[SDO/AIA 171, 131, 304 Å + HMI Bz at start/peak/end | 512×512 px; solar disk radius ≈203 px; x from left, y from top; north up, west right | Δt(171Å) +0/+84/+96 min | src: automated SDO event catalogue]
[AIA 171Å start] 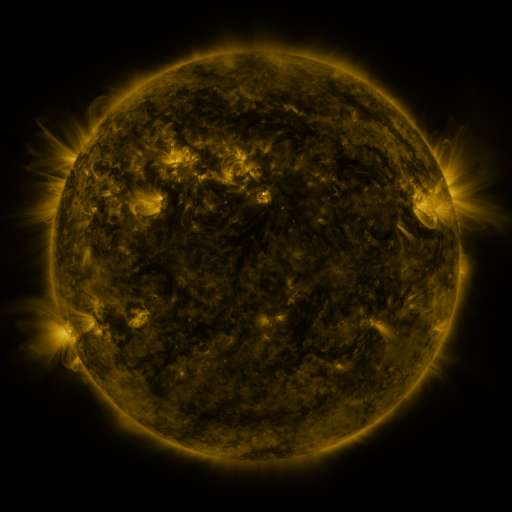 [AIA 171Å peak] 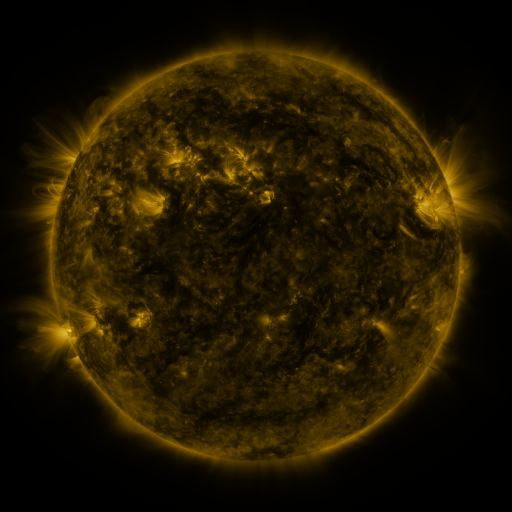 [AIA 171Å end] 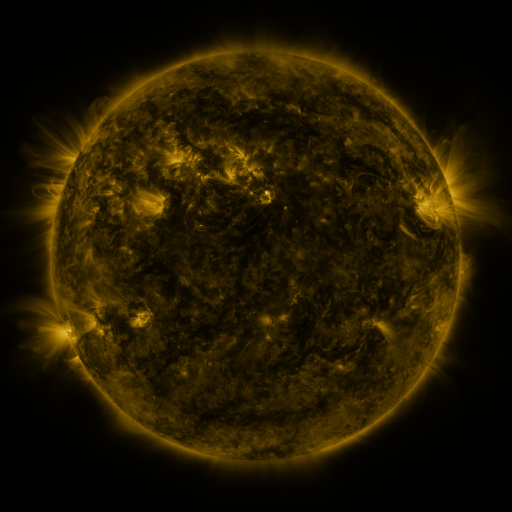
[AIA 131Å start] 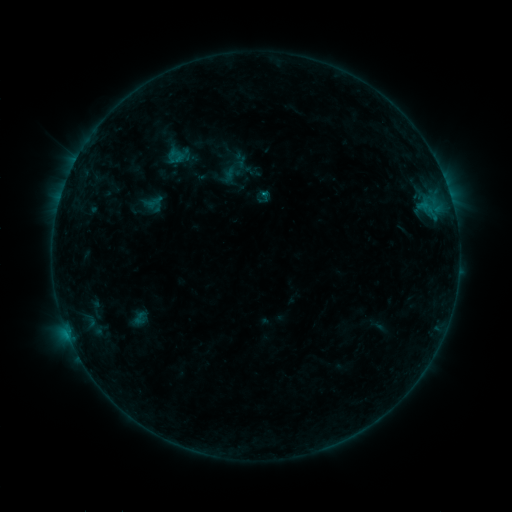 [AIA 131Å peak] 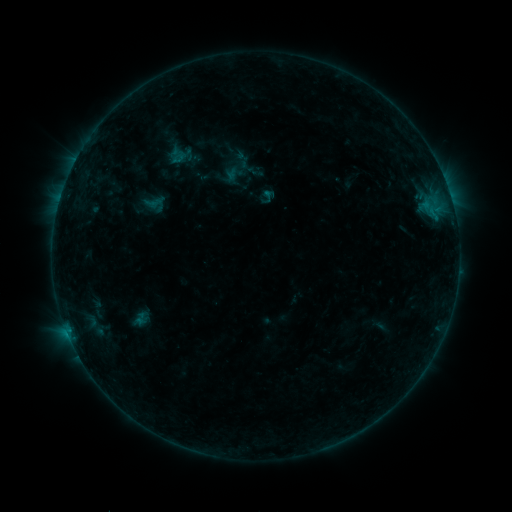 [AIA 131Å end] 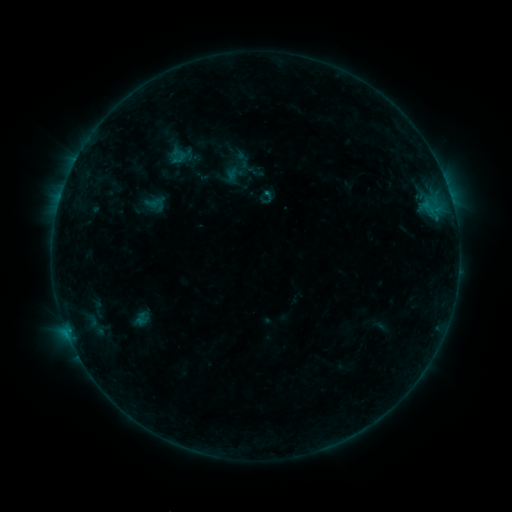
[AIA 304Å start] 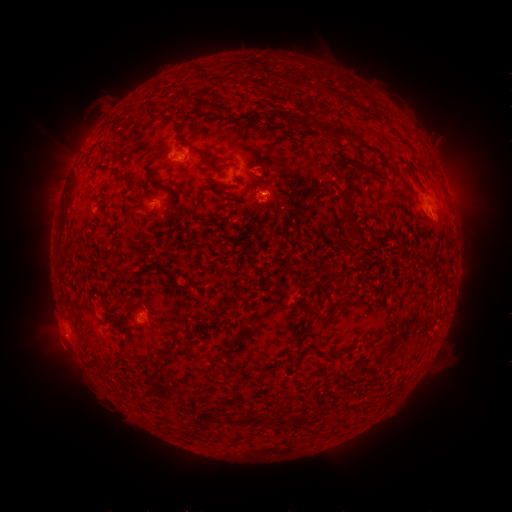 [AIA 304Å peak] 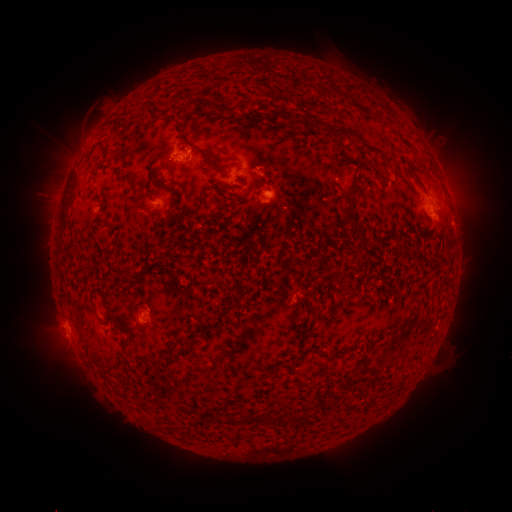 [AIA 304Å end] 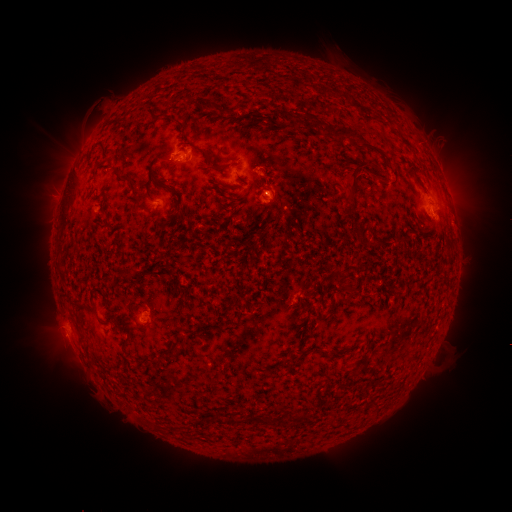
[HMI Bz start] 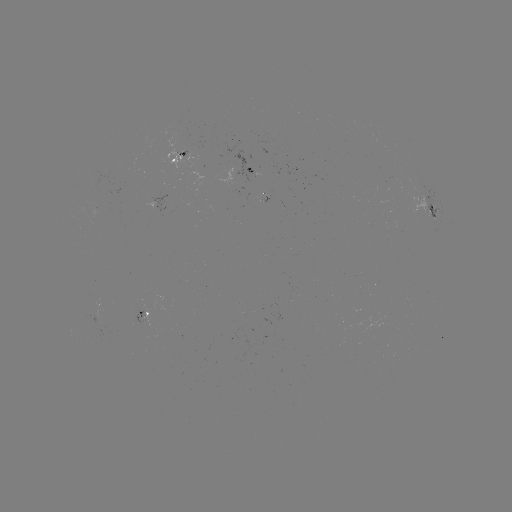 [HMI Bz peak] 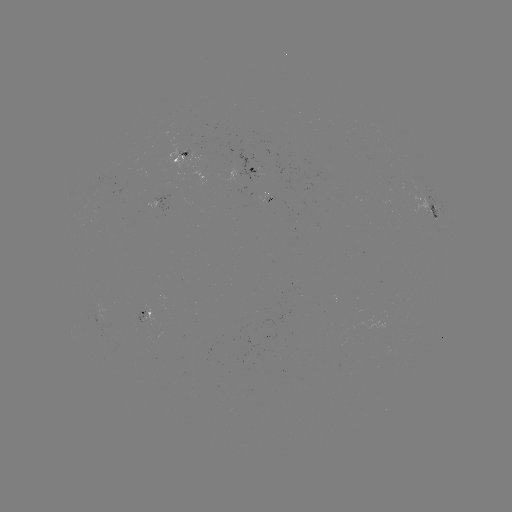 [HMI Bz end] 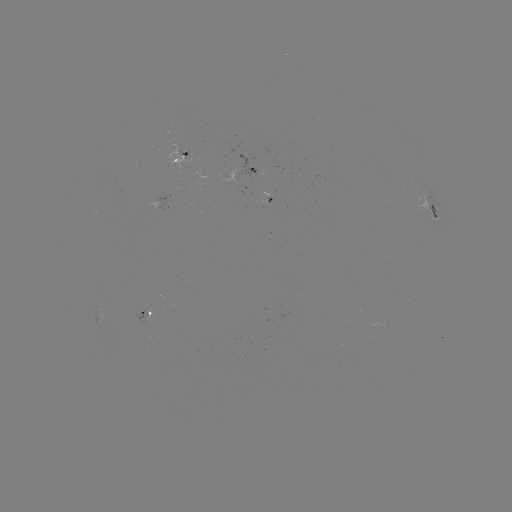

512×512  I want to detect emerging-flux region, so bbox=[262, 195, 273, 204].